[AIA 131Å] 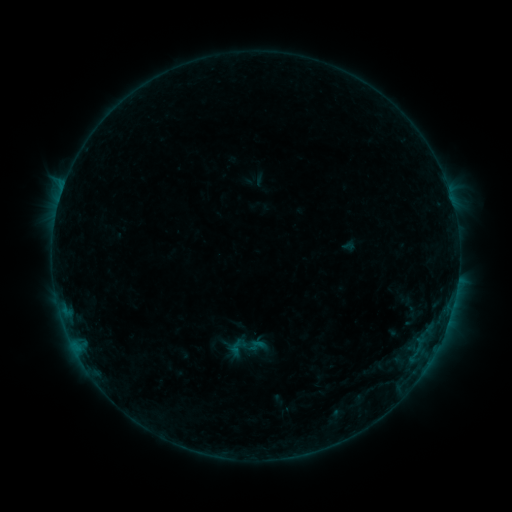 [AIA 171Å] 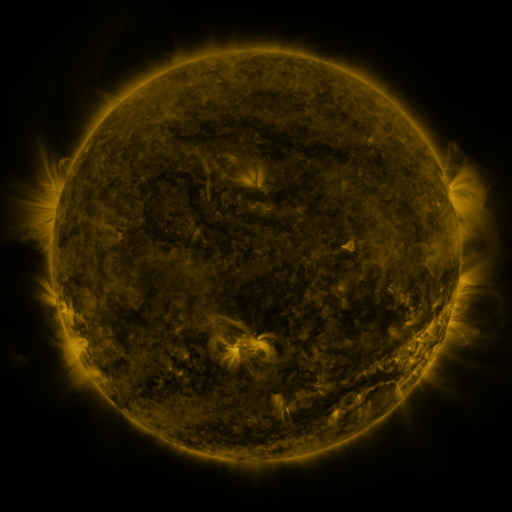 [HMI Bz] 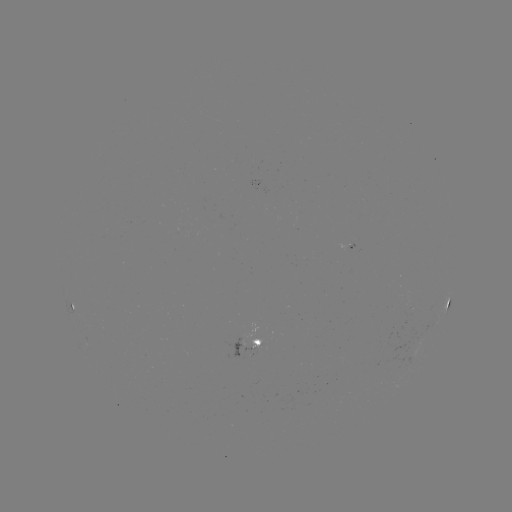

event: sigmoid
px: (256, 346)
